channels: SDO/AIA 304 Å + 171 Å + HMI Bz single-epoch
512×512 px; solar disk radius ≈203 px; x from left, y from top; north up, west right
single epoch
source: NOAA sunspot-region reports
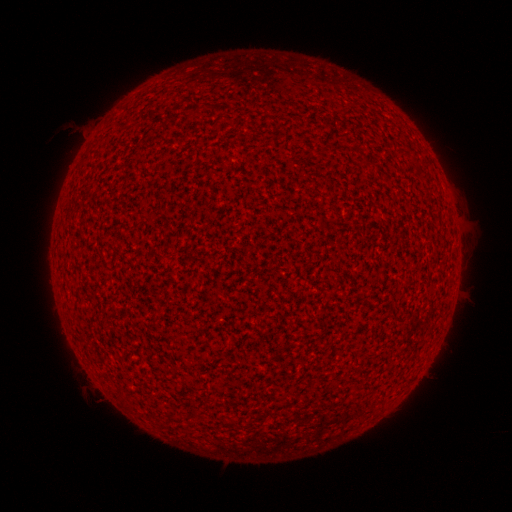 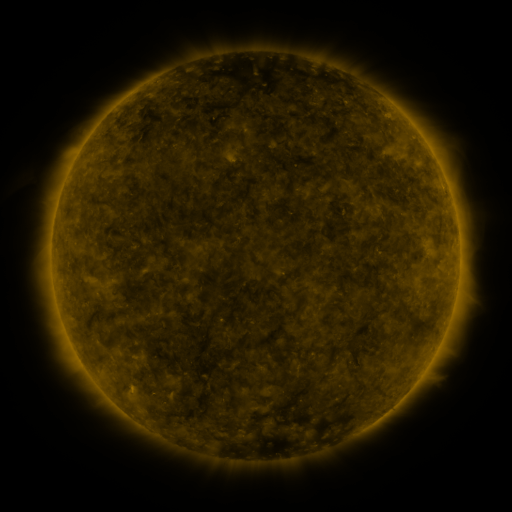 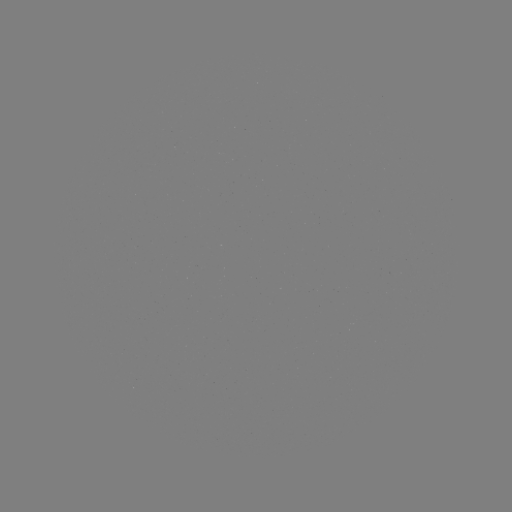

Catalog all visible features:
(none)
